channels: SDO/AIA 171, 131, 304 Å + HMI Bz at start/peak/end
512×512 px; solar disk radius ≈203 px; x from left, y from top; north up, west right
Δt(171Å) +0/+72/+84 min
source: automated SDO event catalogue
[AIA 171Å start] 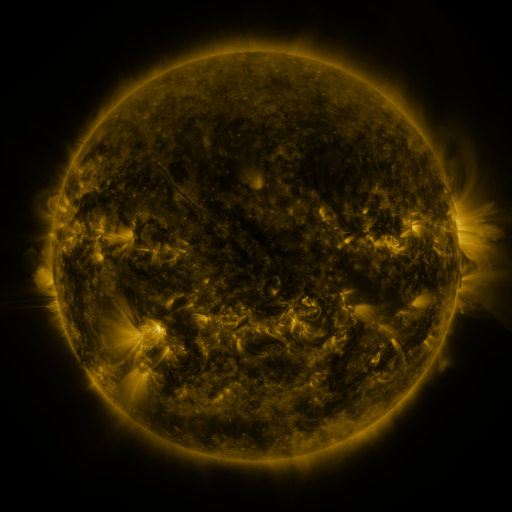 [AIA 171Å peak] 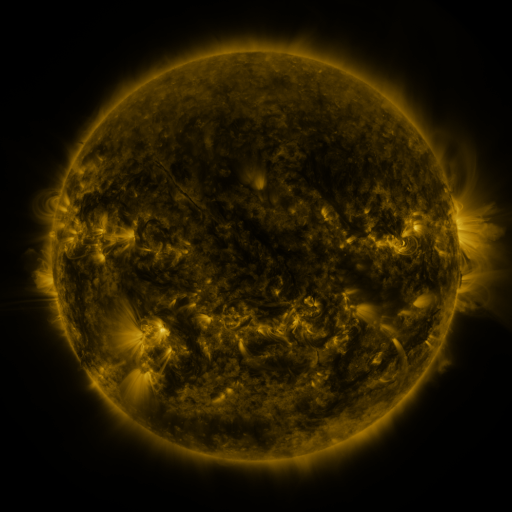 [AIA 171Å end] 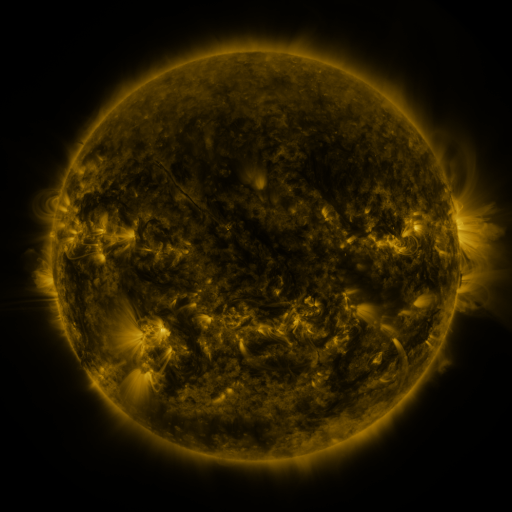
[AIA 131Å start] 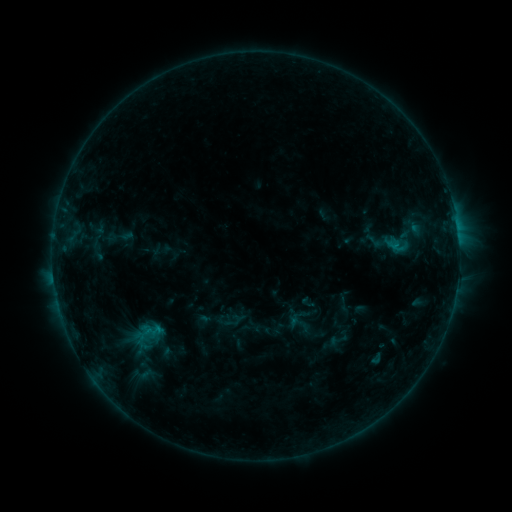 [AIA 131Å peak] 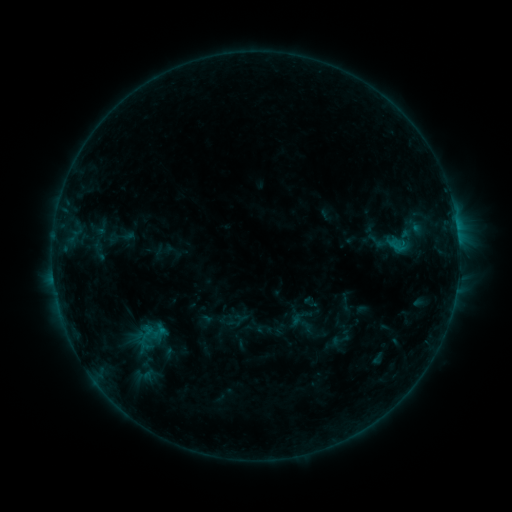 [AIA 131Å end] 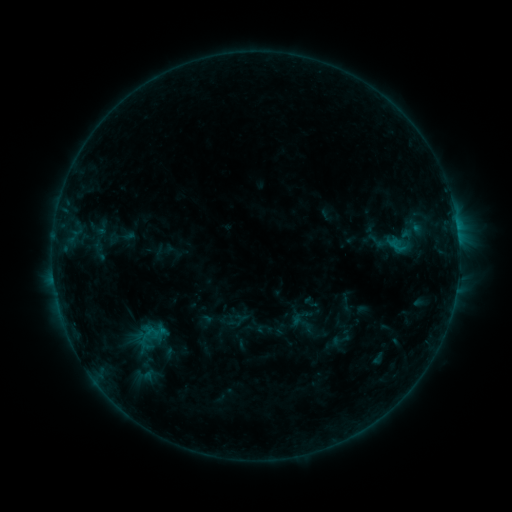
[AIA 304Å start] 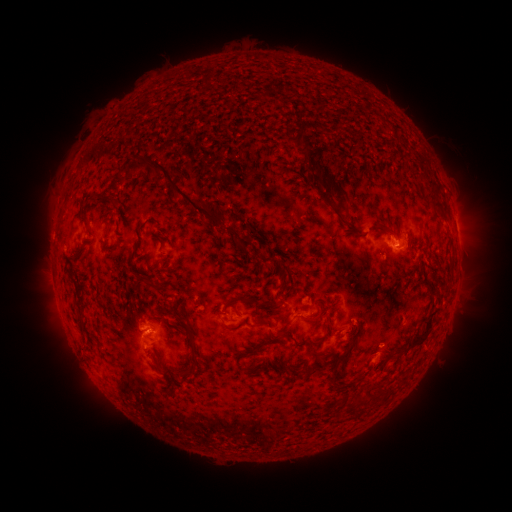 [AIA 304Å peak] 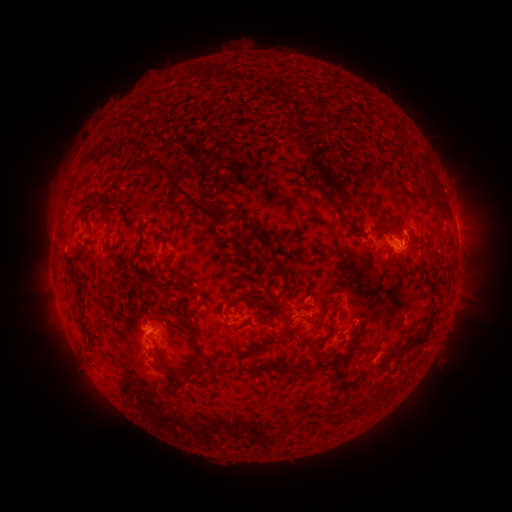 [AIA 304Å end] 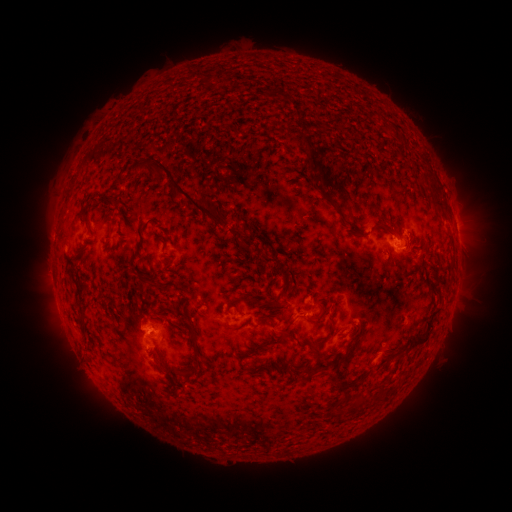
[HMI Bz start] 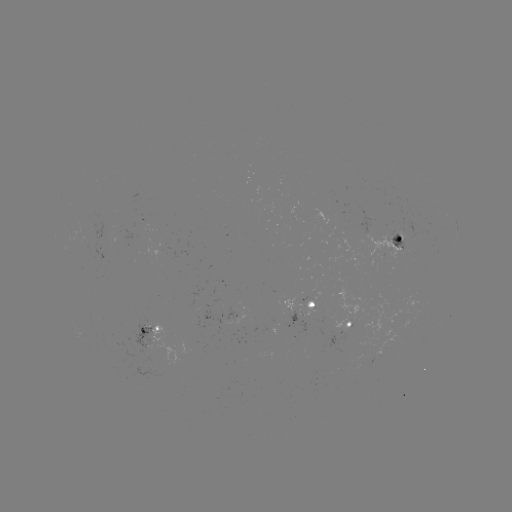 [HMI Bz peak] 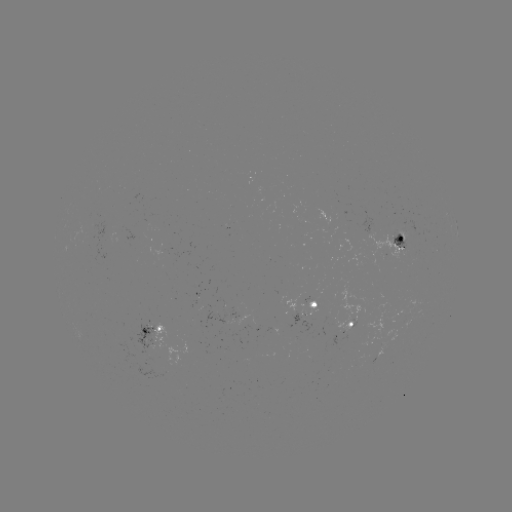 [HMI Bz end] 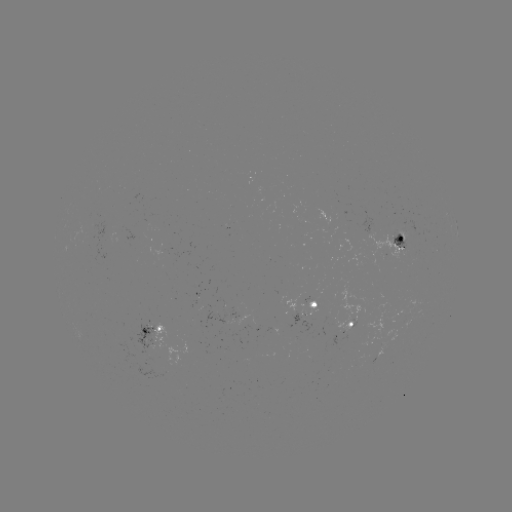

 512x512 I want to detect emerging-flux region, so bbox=[307, 298, 318, 317].